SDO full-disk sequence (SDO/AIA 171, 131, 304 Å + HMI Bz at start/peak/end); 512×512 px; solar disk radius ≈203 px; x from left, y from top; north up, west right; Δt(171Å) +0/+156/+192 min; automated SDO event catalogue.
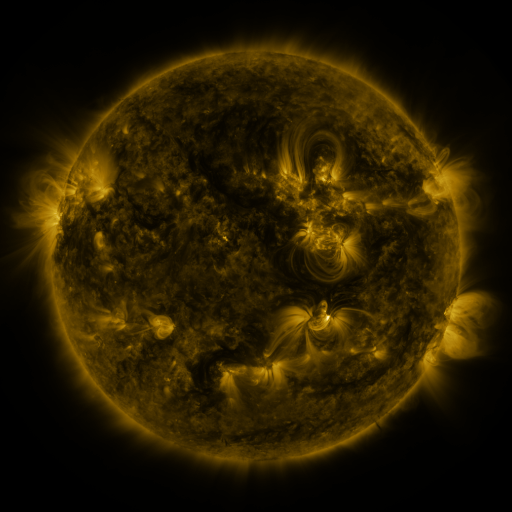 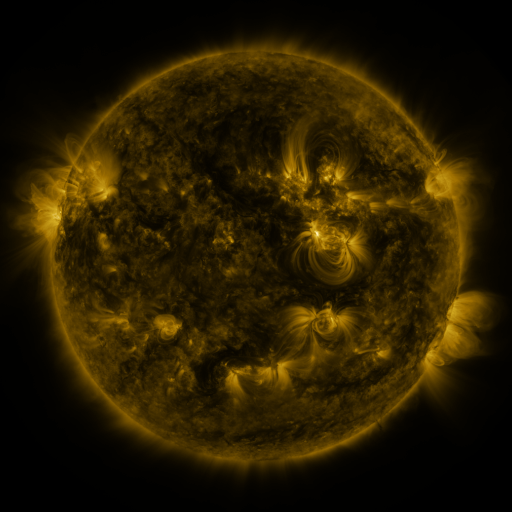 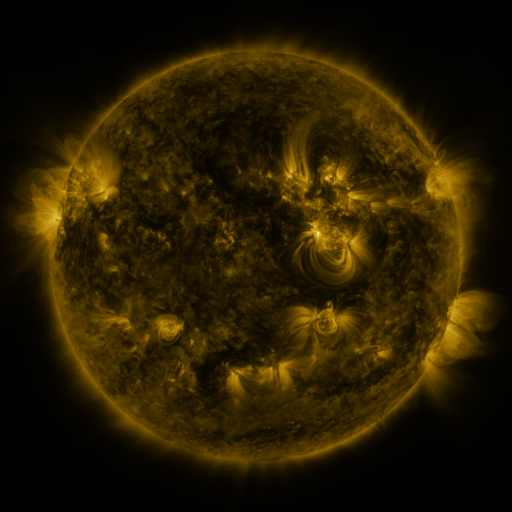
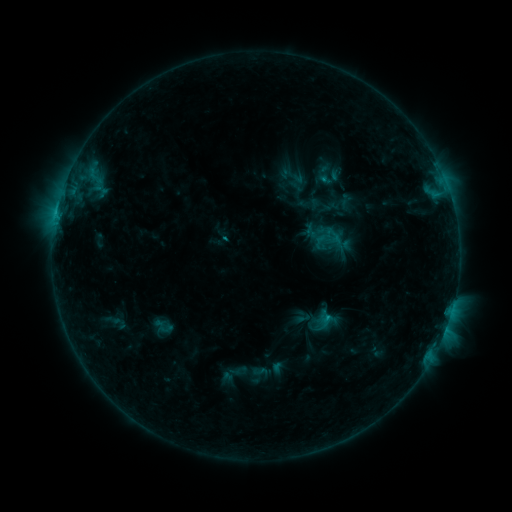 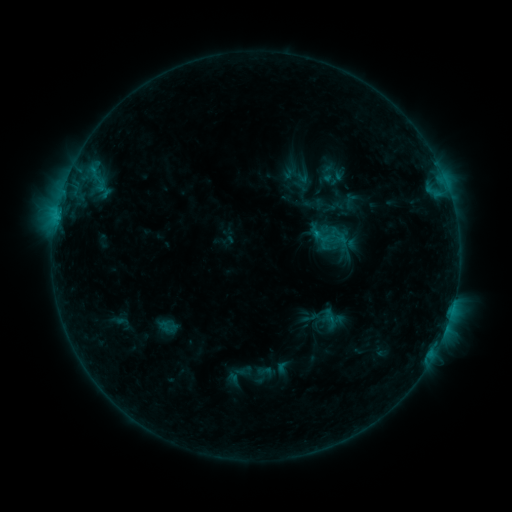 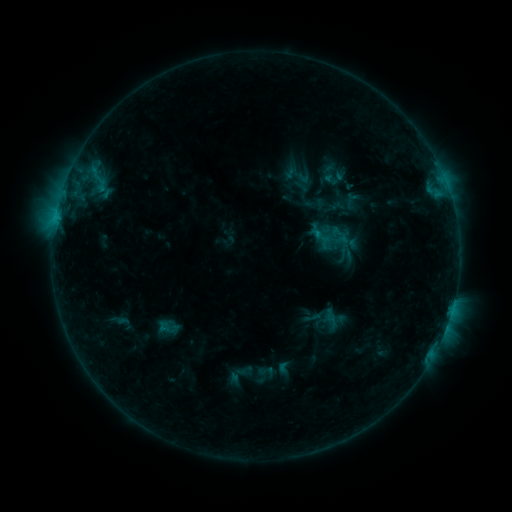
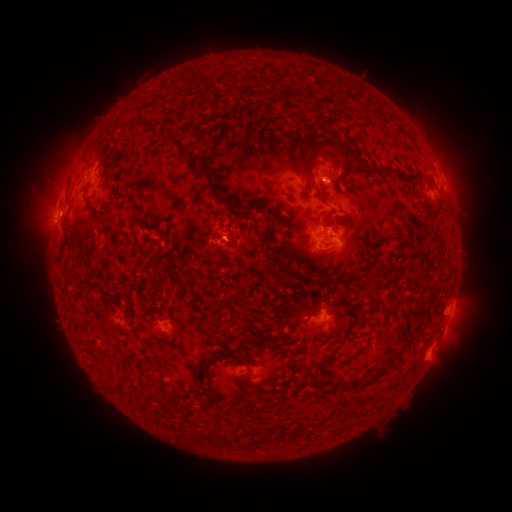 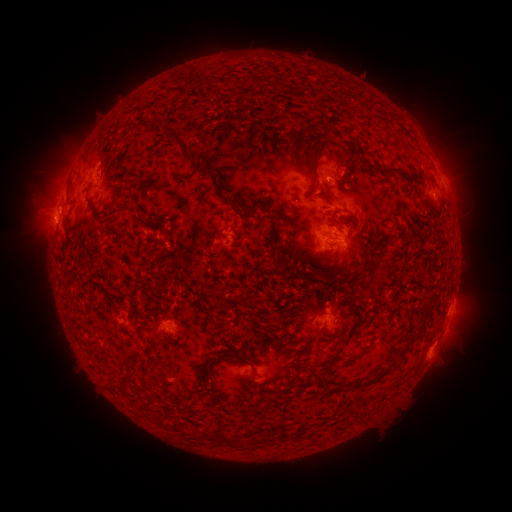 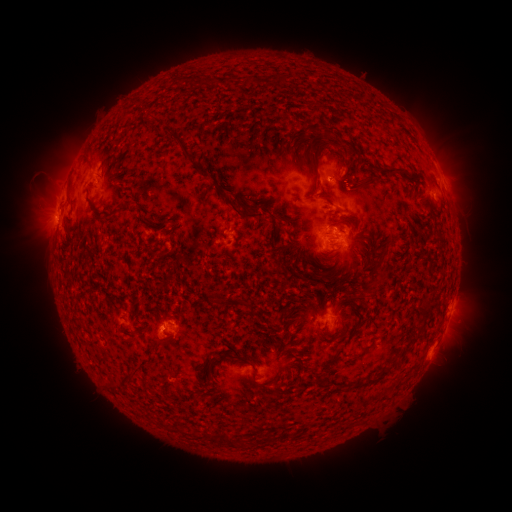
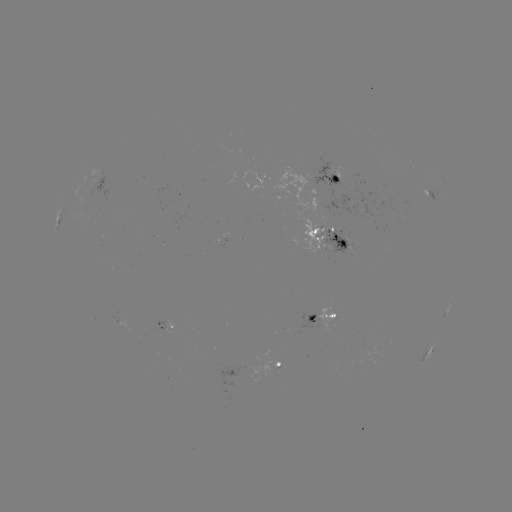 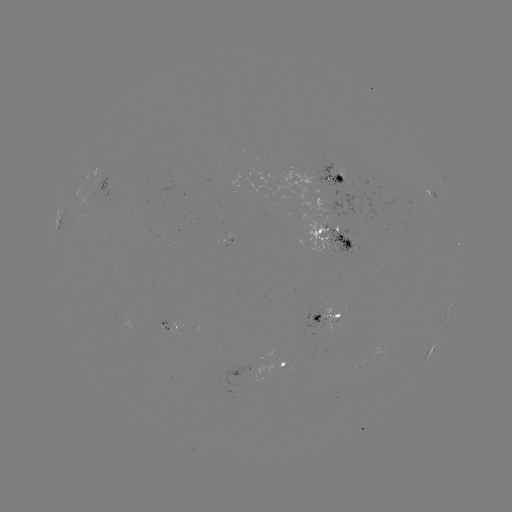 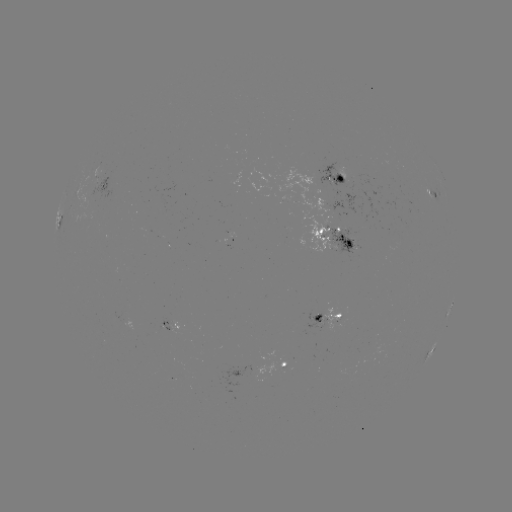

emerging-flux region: <bbox>311, 163, 354, 196</bbox>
